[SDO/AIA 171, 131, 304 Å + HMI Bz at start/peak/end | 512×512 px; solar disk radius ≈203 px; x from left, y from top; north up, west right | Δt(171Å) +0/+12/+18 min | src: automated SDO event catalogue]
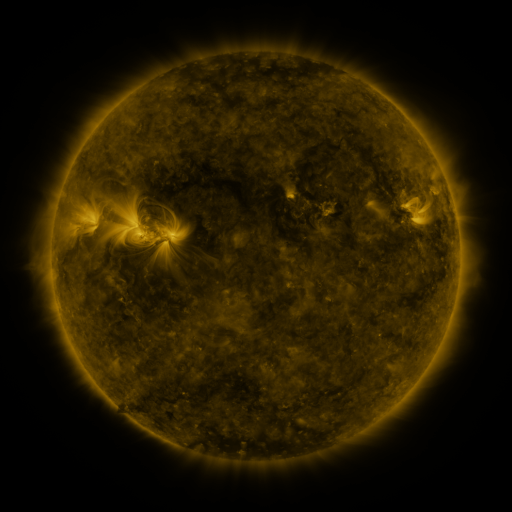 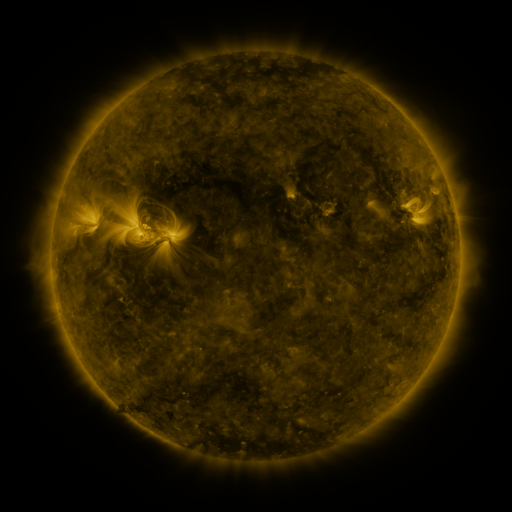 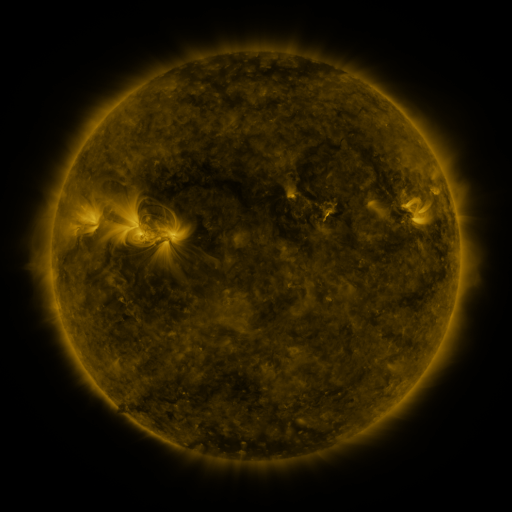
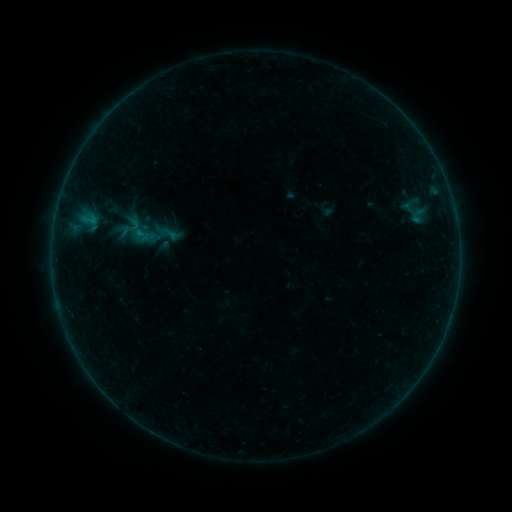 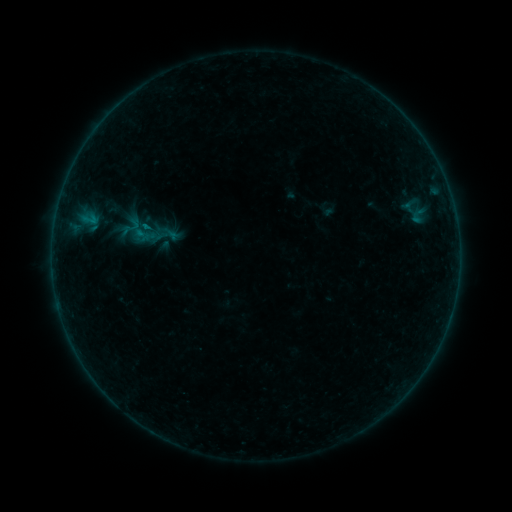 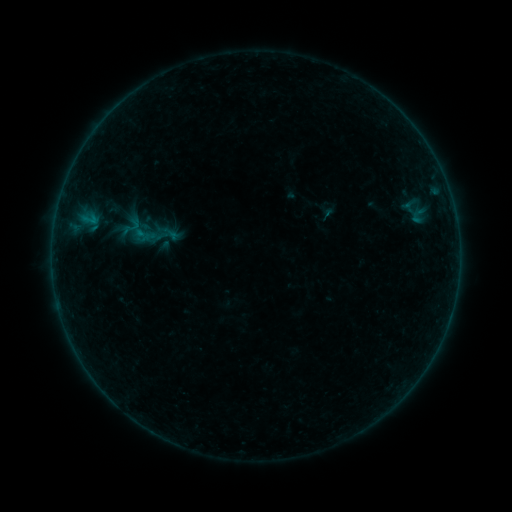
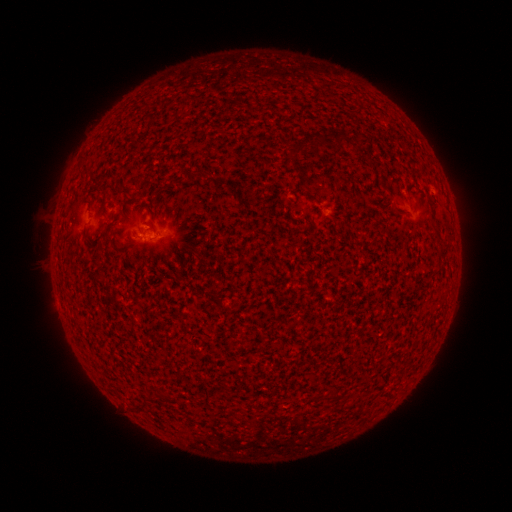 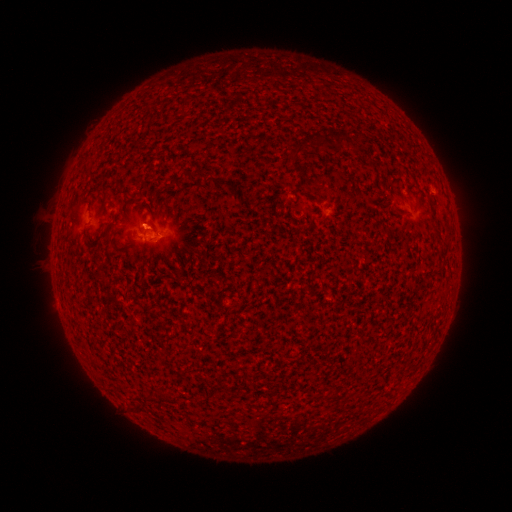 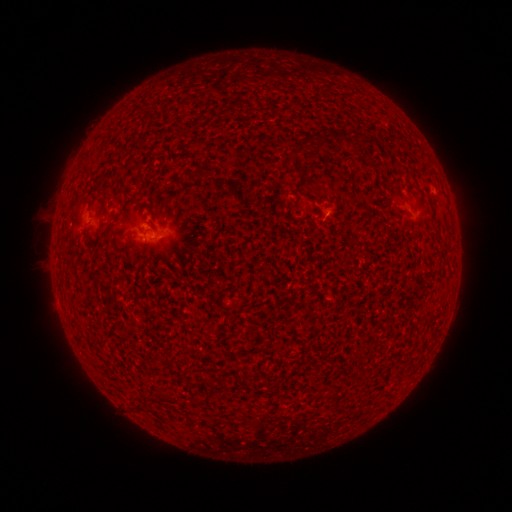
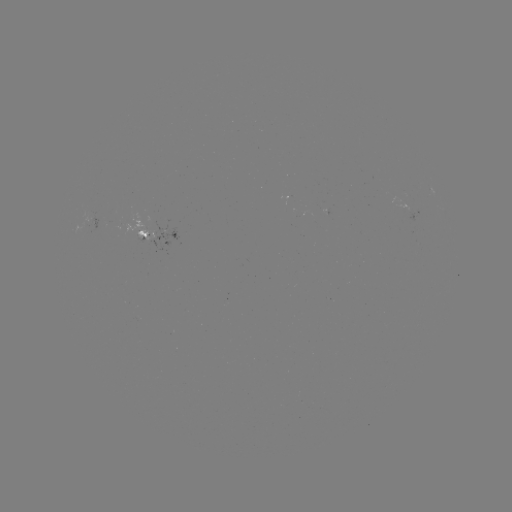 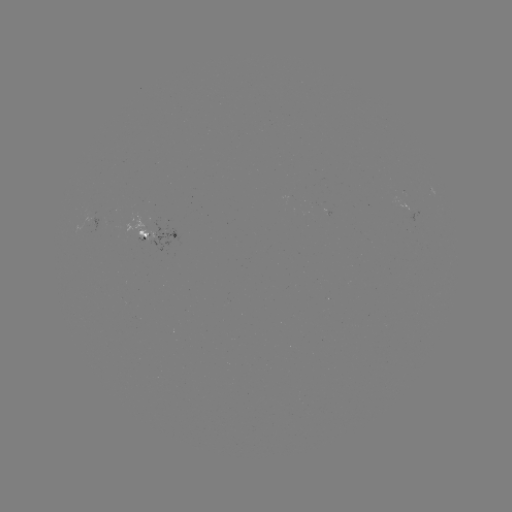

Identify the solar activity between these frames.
B1.1 flare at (148, 230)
